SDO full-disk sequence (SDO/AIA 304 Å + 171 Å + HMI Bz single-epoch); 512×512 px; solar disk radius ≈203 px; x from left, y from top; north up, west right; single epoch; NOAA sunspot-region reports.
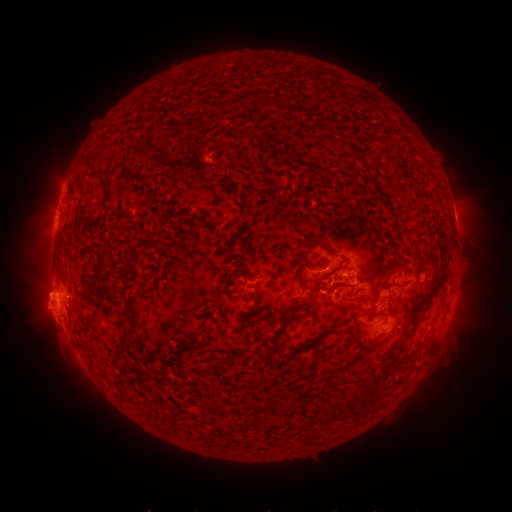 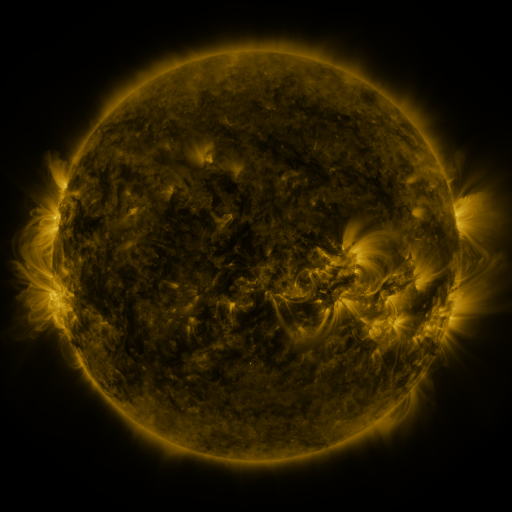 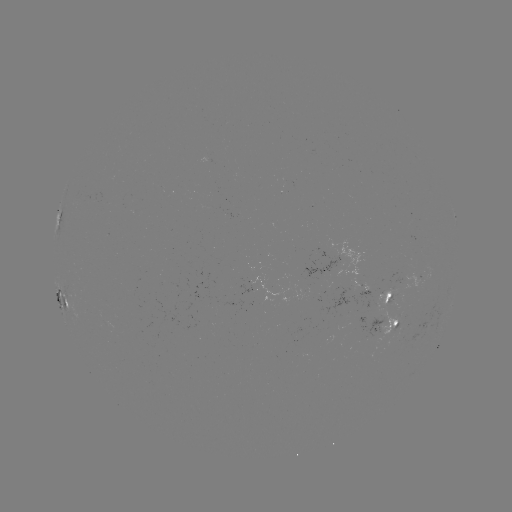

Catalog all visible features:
spotted active region: (62, 215)
spotted active region: (290, 285)
spotted active region: (389, 297)
spotted active region: (64, 300)
spotted active region: (387, 325)
